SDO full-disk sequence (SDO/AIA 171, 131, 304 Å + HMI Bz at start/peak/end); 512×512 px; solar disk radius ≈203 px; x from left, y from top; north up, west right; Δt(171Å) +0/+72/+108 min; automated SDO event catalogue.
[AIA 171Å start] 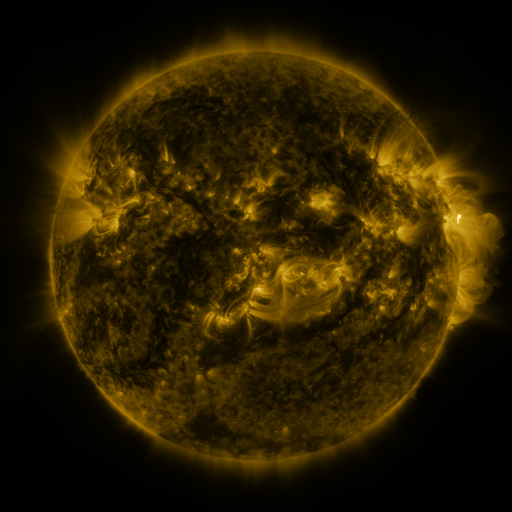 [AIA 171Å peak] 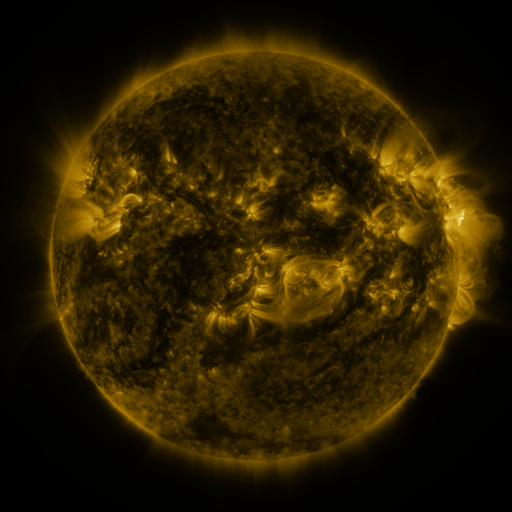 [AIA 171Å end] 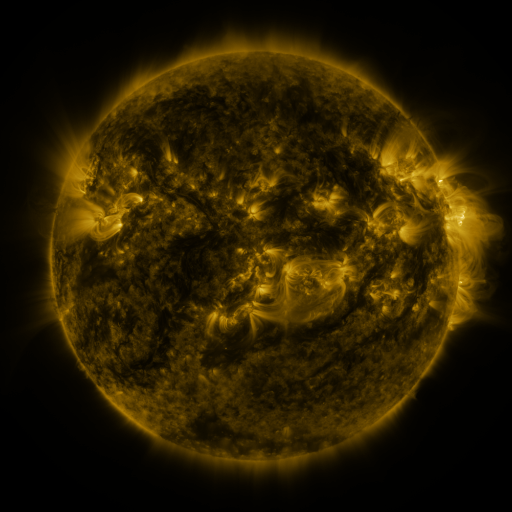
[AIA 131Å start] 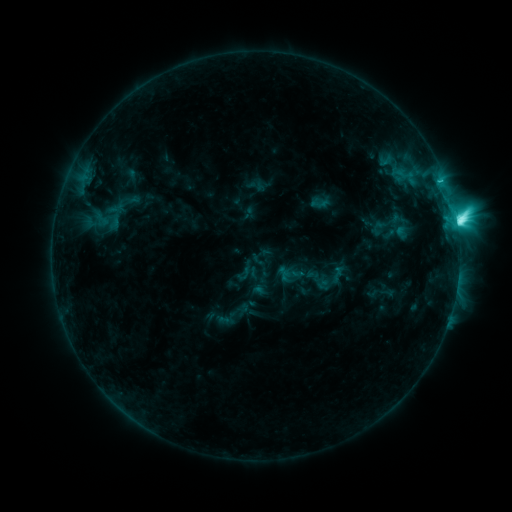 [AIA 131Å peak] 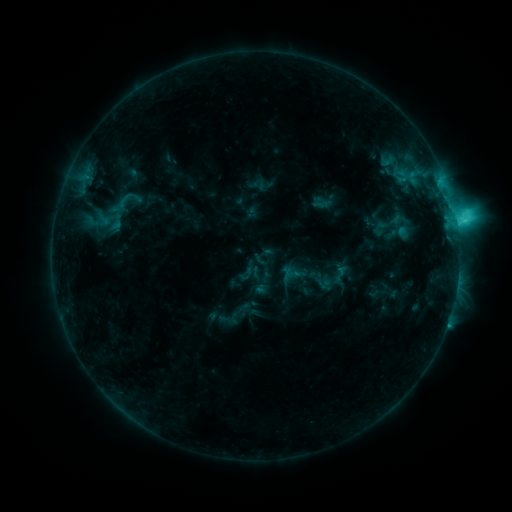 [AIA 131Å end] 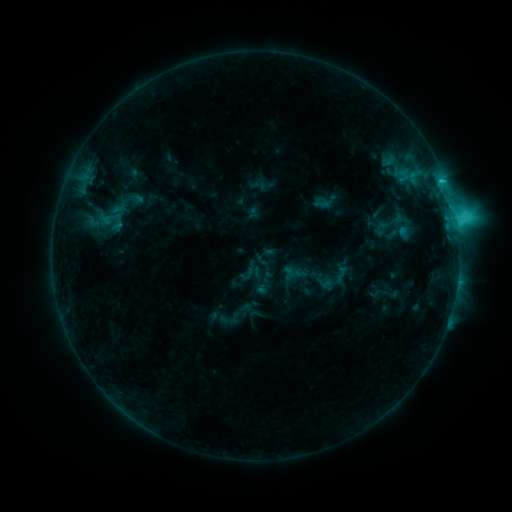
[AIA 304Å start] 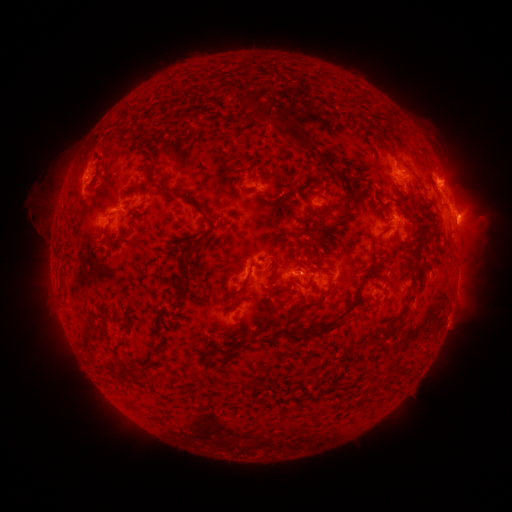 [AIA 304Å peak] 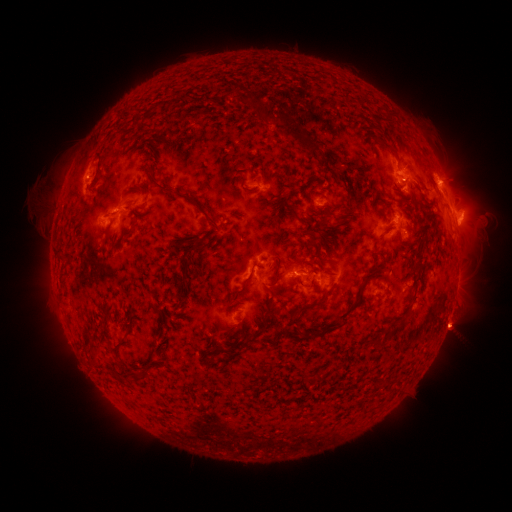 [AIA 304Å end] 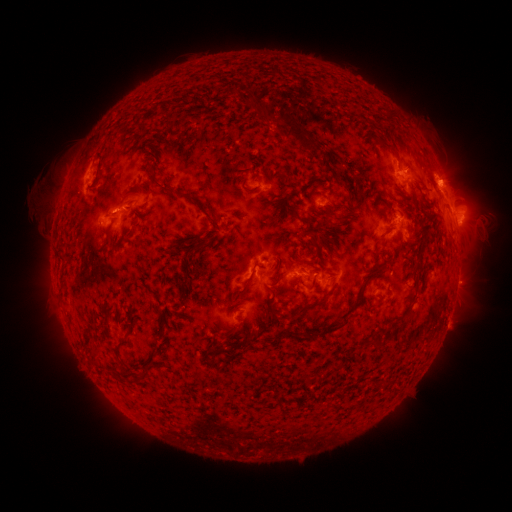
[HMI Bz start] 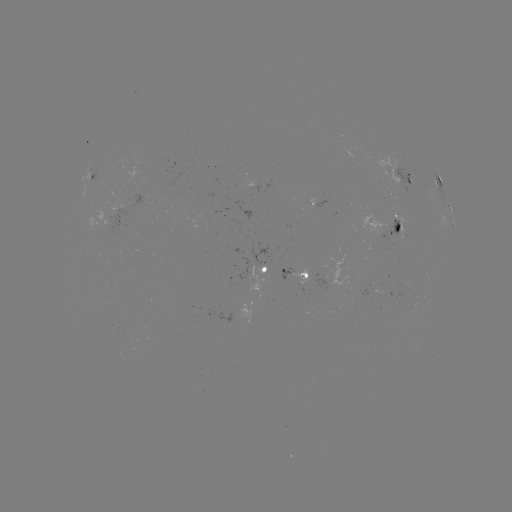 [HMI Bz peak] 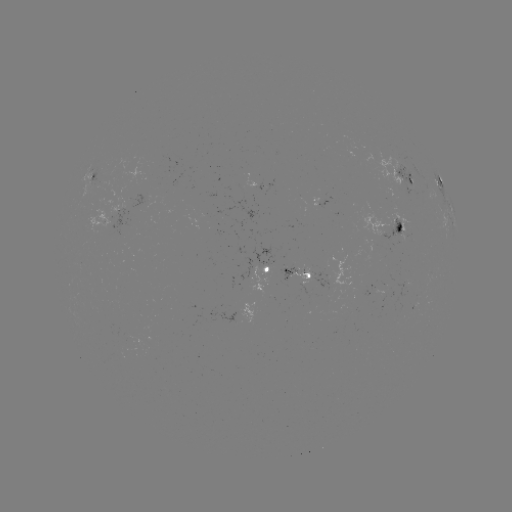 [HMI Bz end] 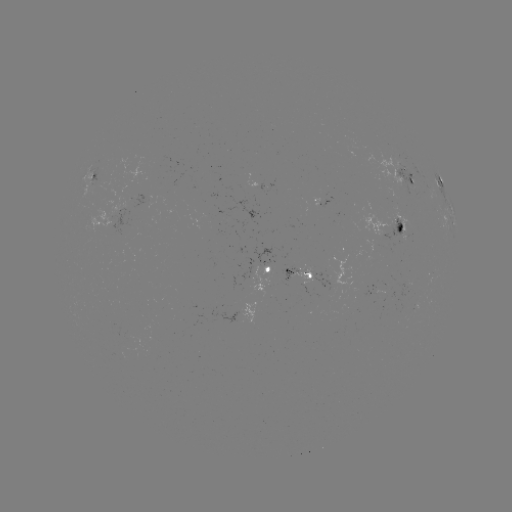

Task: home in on emerging-flux region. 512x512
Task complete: (148, 199).